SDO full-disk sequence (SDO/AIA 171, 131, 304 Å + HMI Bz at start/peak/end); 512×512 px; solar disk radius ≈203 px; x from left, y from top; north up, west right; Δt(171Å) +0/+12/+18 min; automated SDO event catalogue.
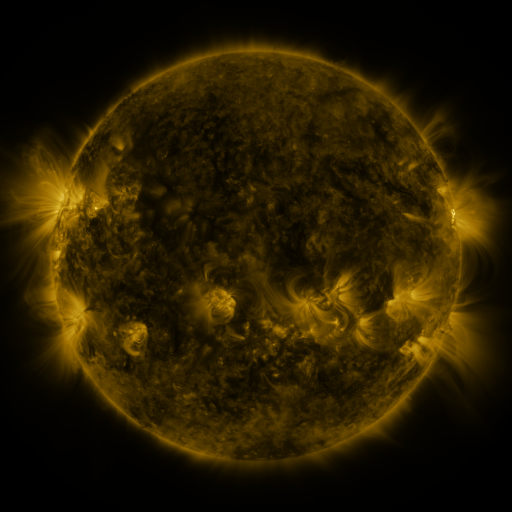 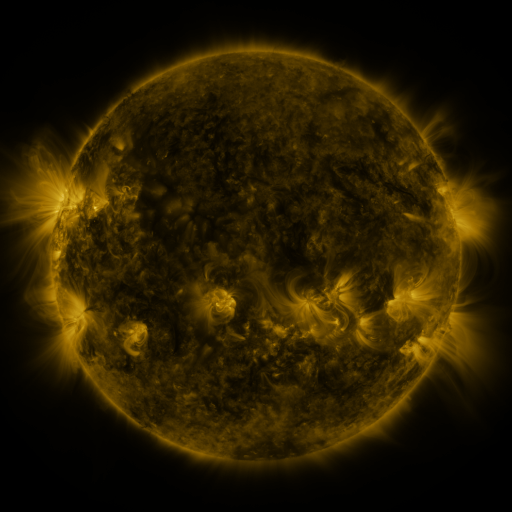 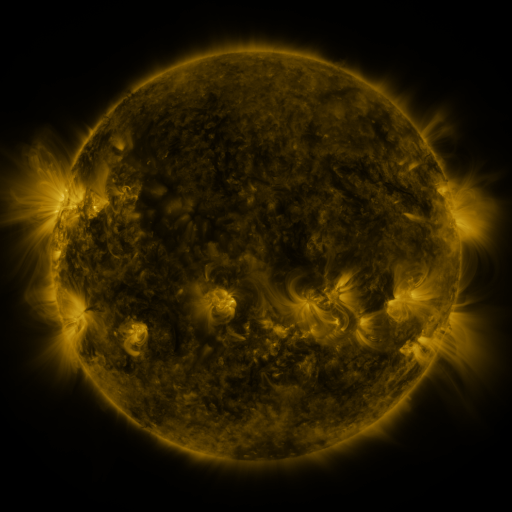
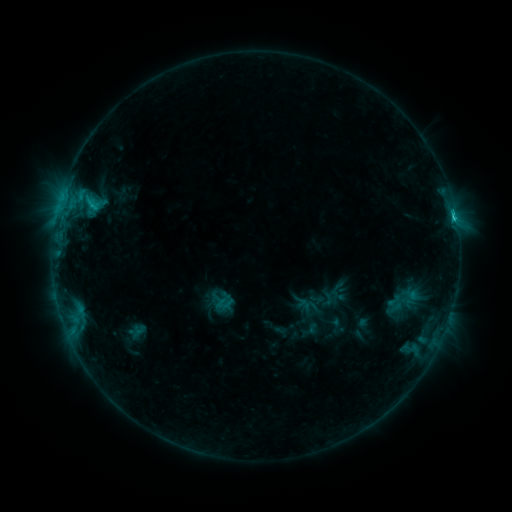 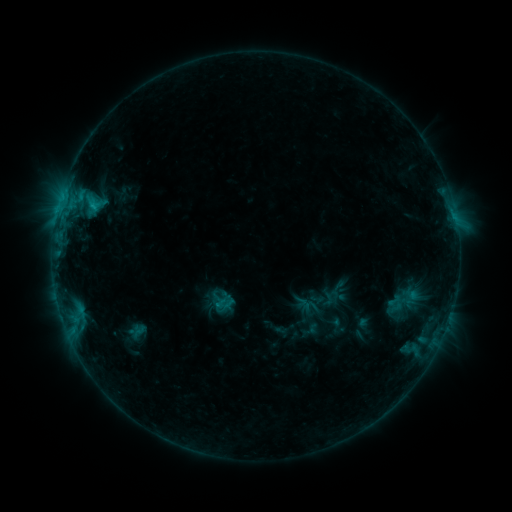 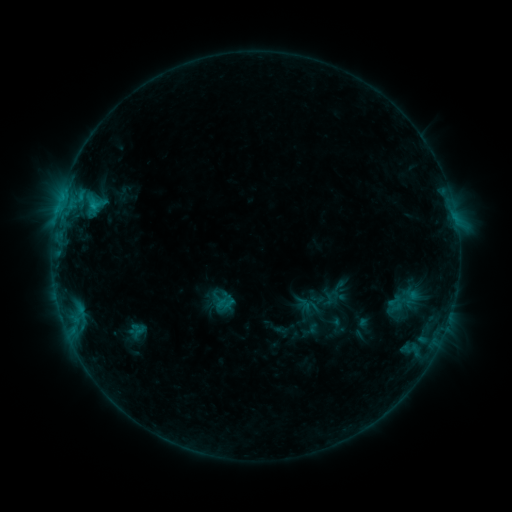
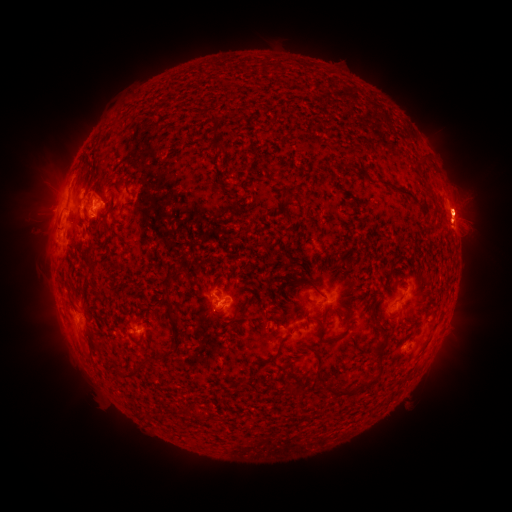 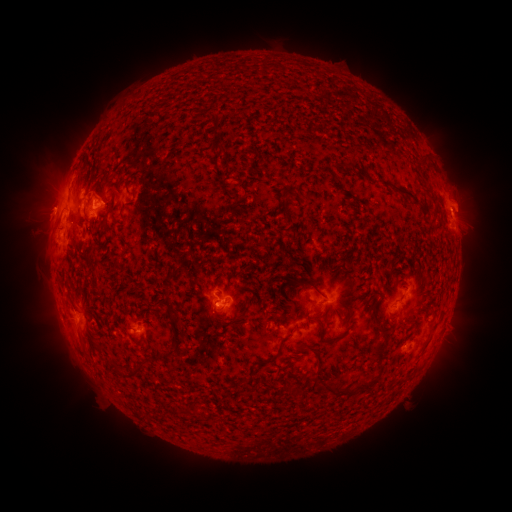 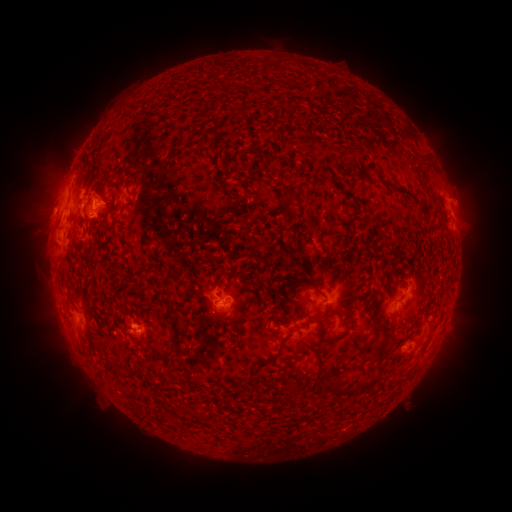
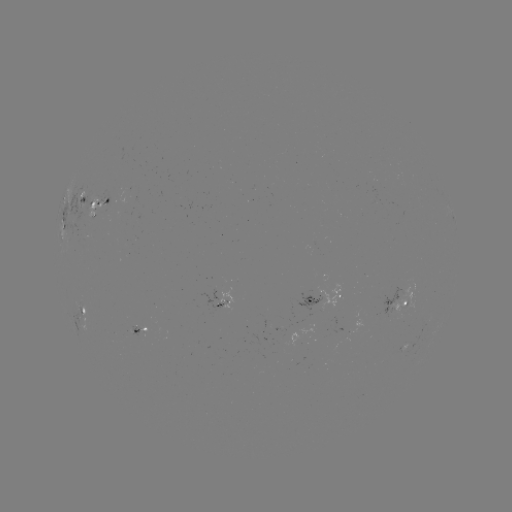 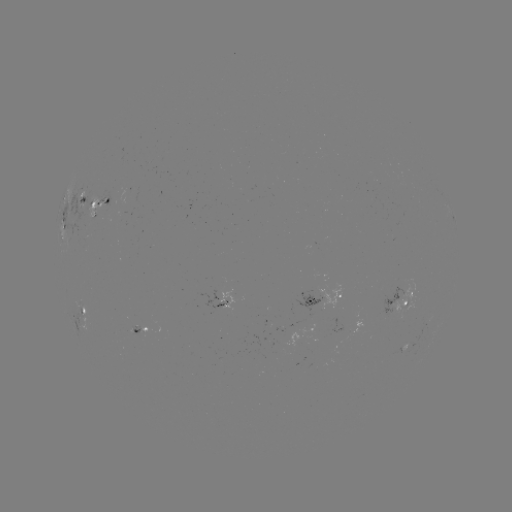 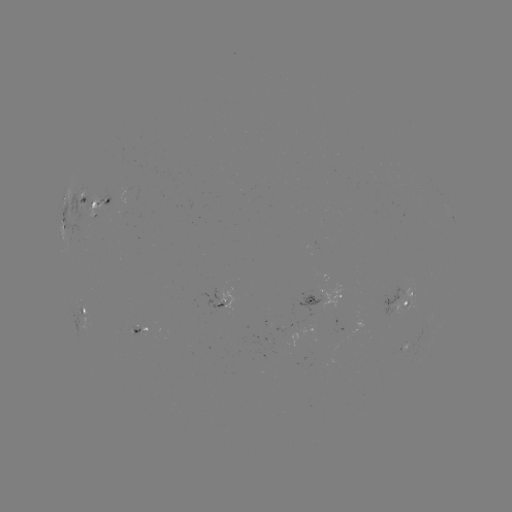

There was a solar eruption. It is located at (463, 206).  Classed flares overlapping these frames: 1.